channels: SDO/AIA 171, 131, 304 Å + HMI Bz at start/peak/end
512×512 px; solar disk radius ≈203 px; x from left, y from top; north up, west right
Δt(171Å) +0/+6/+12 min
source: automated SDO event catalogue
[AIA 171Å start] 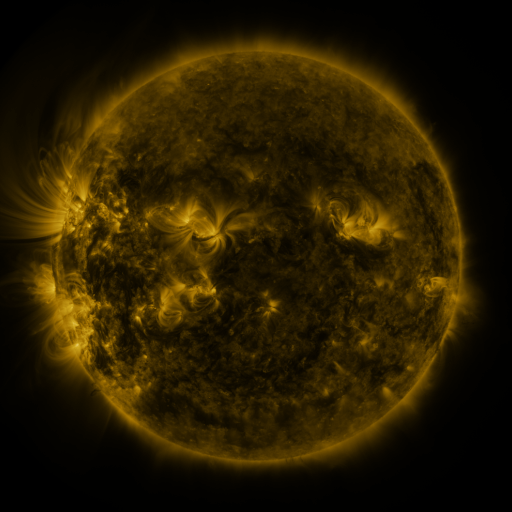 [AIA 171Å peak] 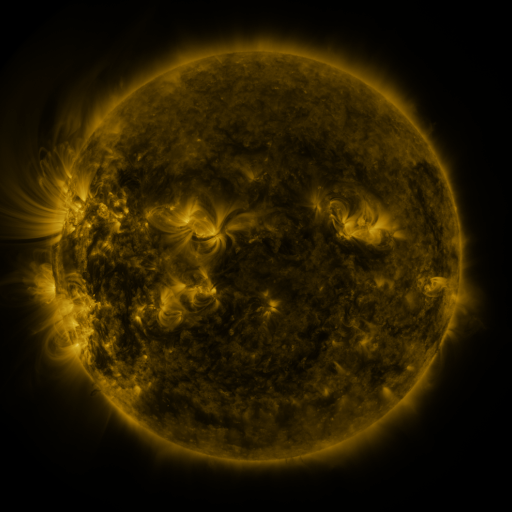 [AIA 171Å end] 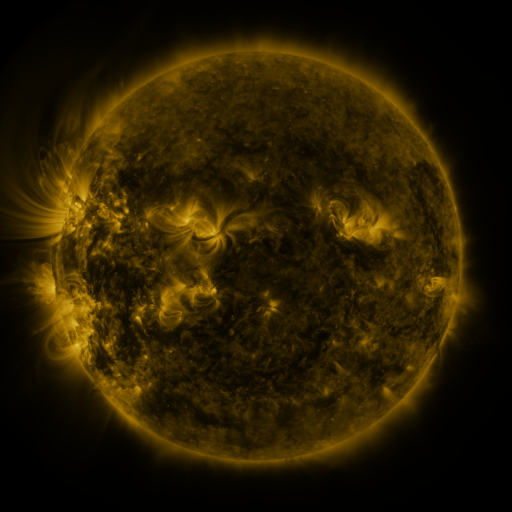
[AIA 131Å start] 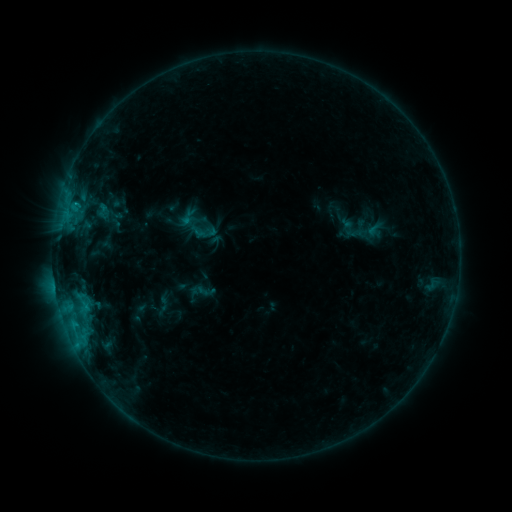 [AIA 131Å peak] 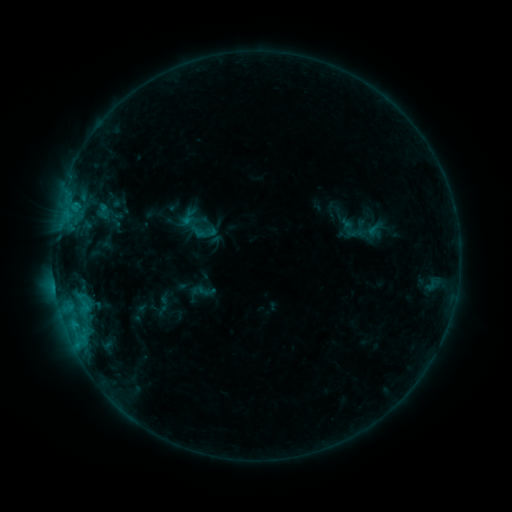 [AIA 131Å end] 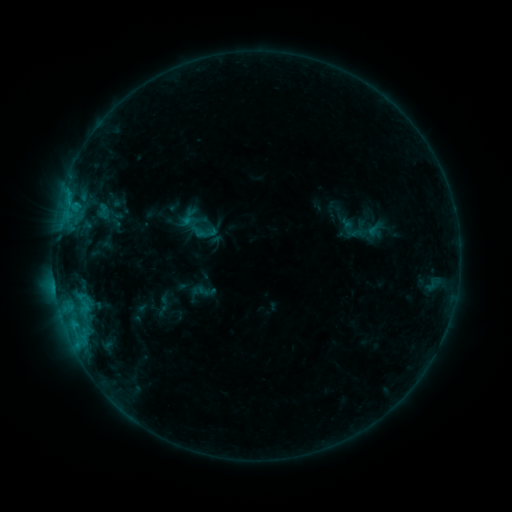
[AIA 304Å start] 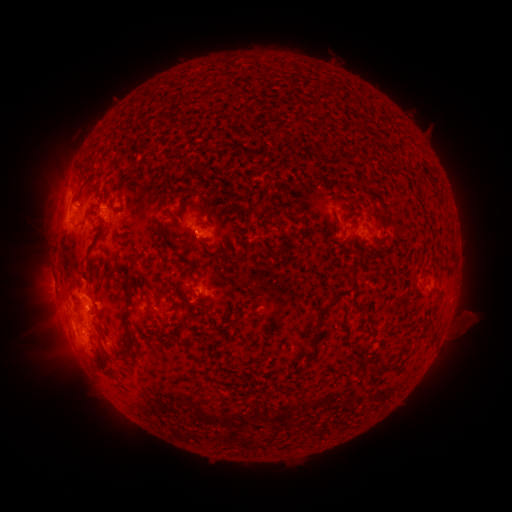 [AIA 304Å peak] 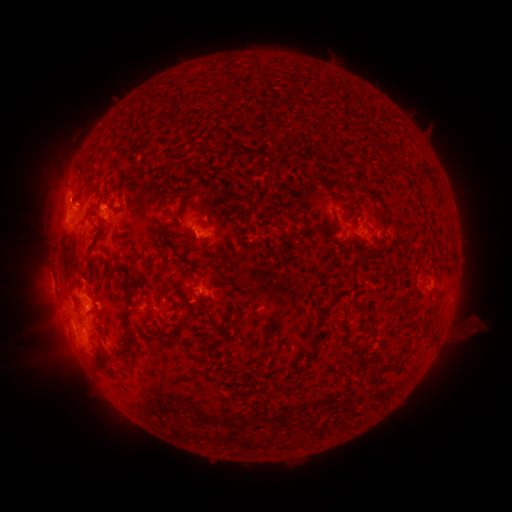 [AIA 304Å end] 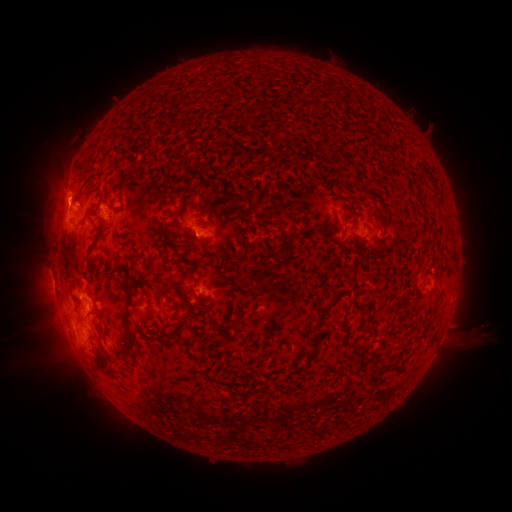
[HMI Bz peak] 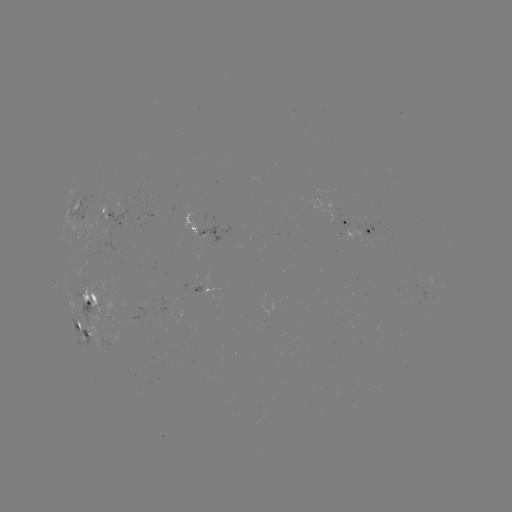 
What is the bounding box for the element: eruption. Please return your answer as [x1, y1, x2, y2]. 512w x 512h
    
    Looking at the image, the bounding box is [35, 175, 88, 222].